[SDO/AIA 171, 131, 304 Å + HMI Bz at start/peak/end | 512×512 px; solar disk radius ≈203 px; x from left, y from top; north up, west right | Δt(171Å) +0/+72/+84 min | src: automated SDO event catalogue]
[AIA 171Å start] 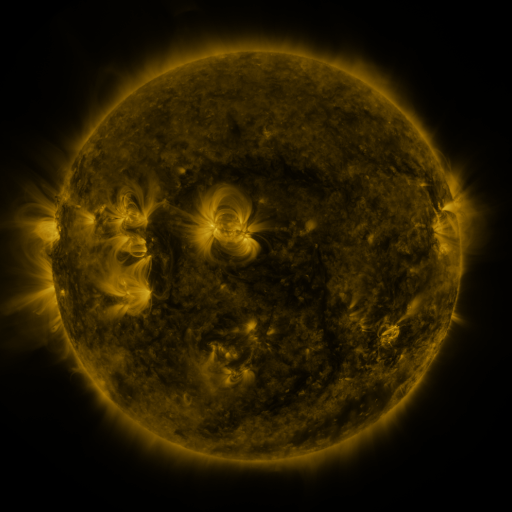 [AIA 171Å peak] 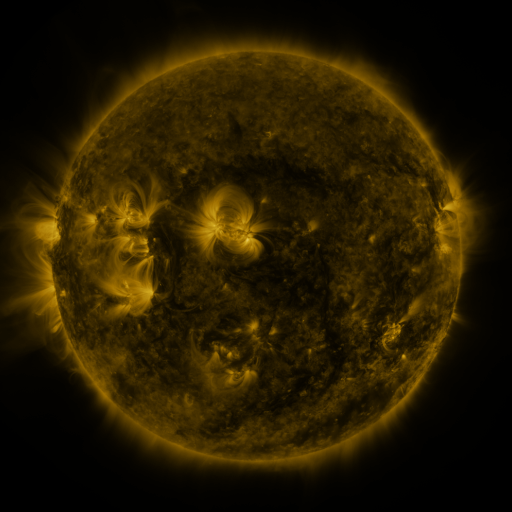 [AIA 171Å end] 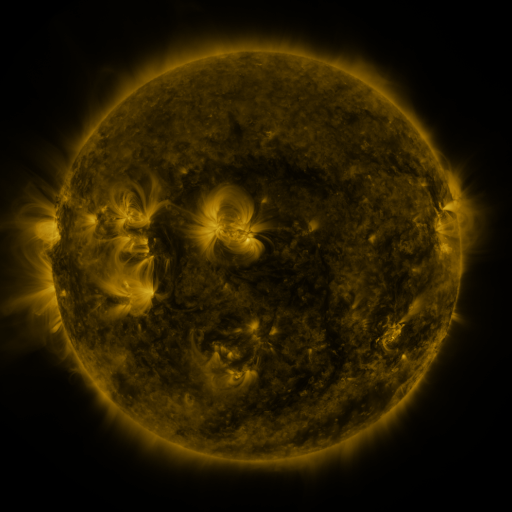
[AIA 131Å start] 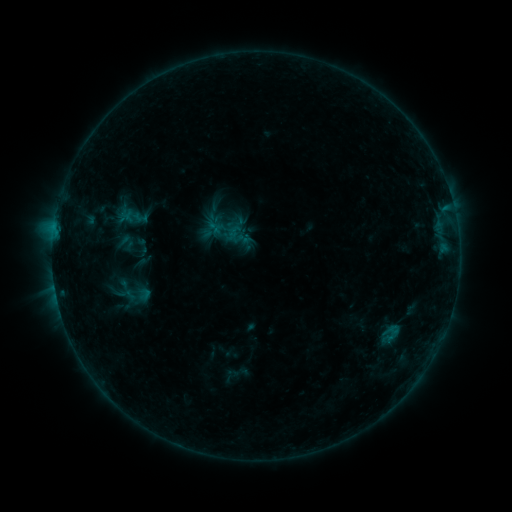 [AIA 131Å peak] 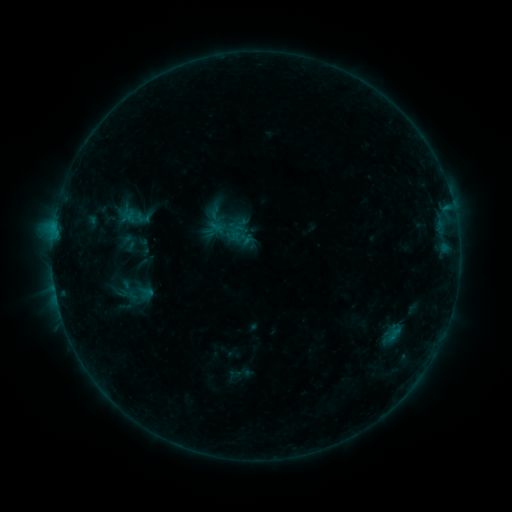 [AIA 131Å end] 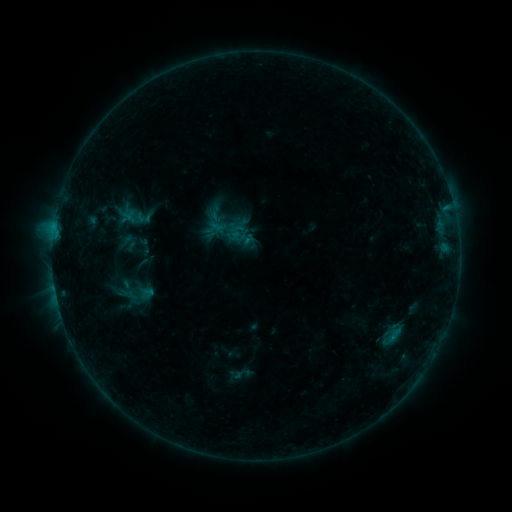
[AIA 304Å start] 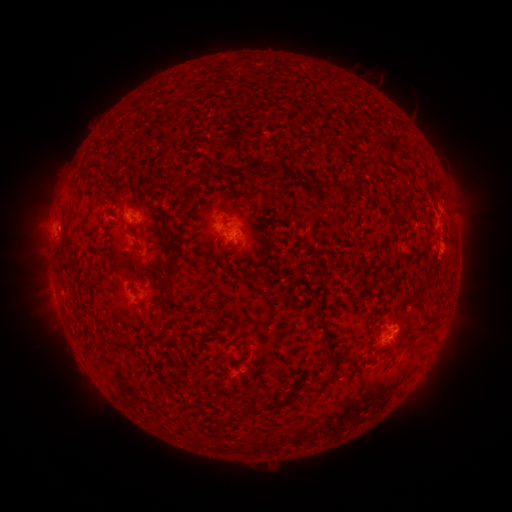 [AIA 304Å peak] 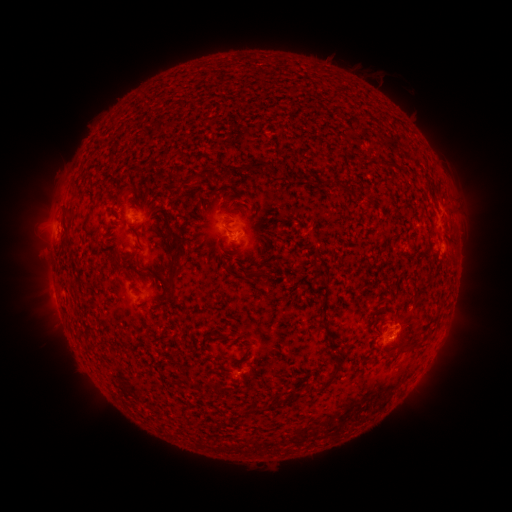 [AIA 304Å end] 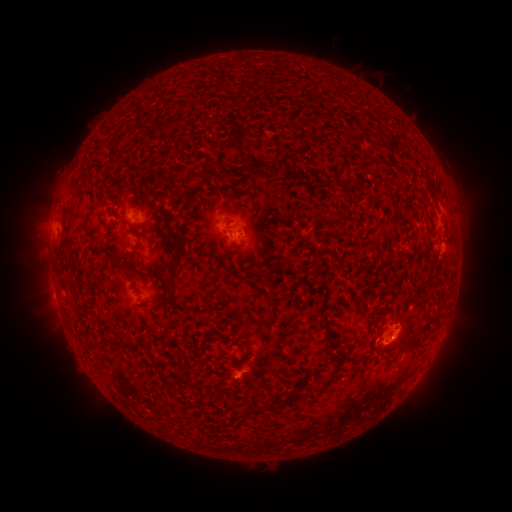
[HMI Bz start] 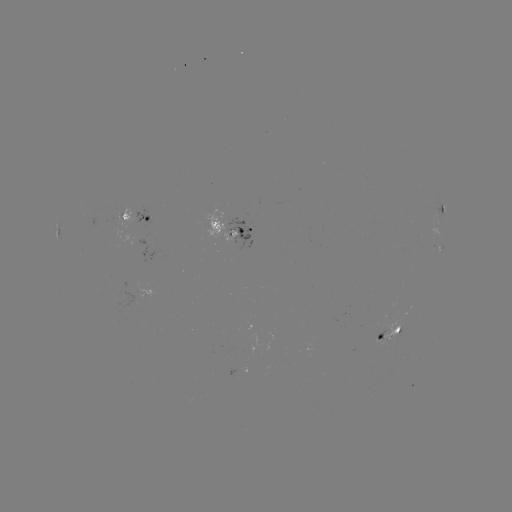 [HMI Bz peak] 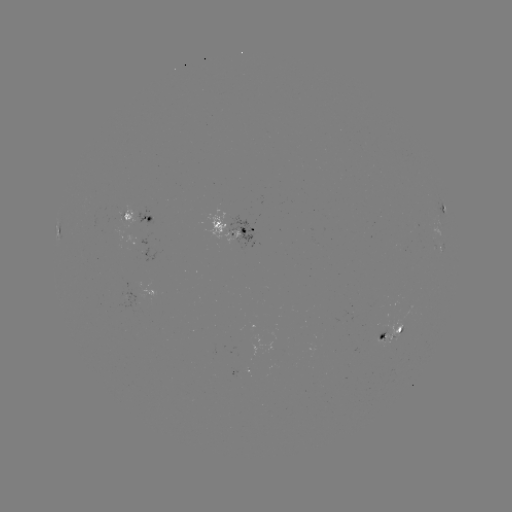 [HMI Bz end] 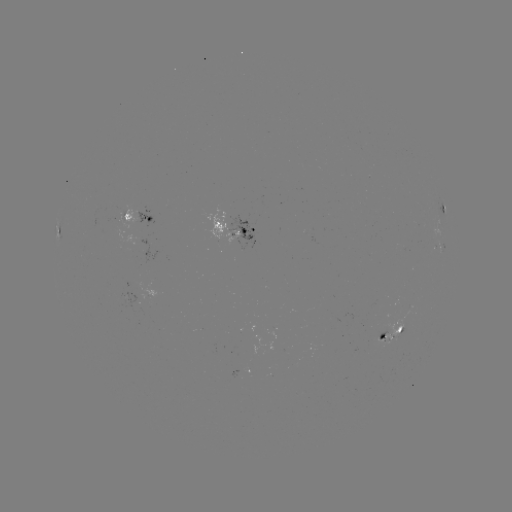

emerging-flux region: <bbox>374, 319, 402, 345</bbox>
